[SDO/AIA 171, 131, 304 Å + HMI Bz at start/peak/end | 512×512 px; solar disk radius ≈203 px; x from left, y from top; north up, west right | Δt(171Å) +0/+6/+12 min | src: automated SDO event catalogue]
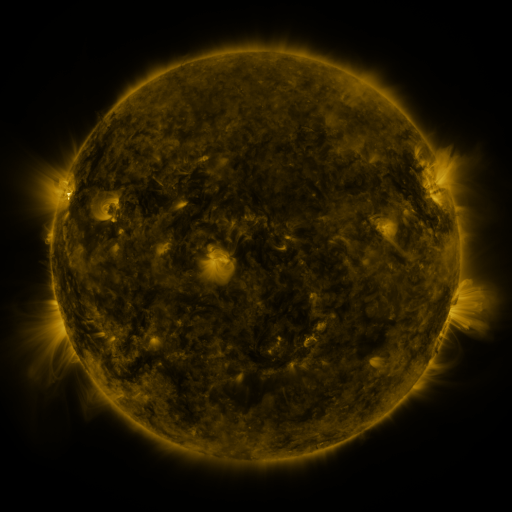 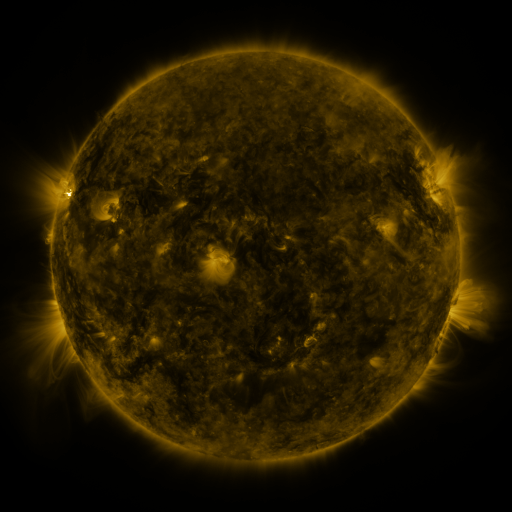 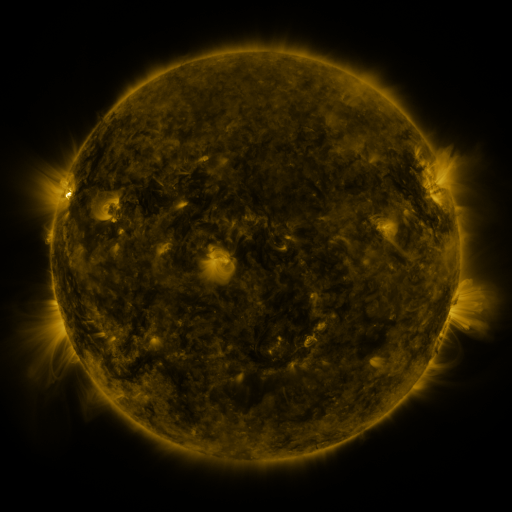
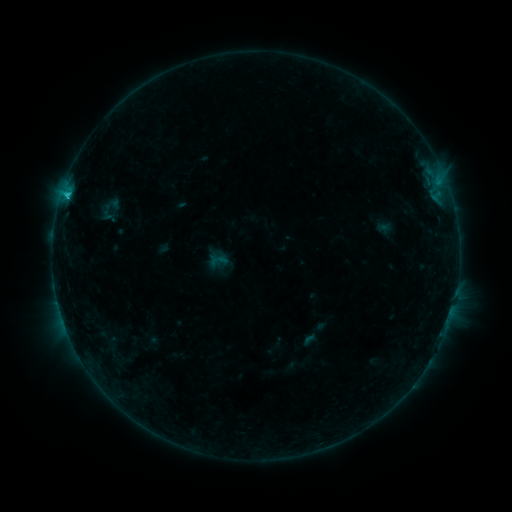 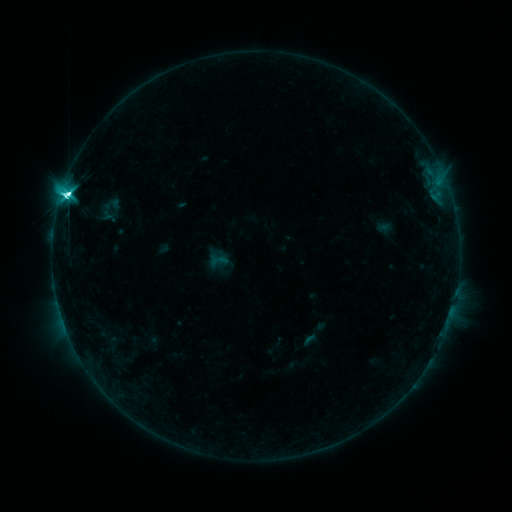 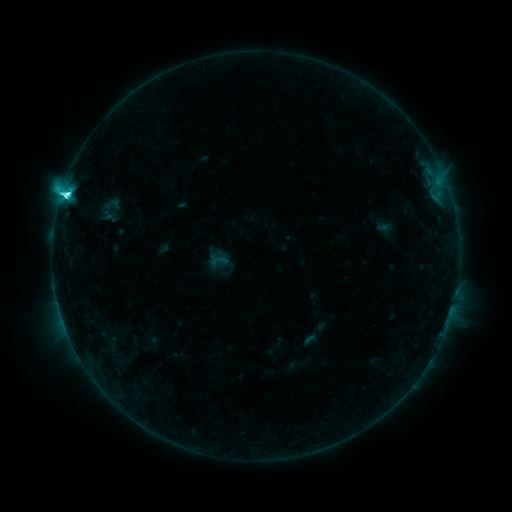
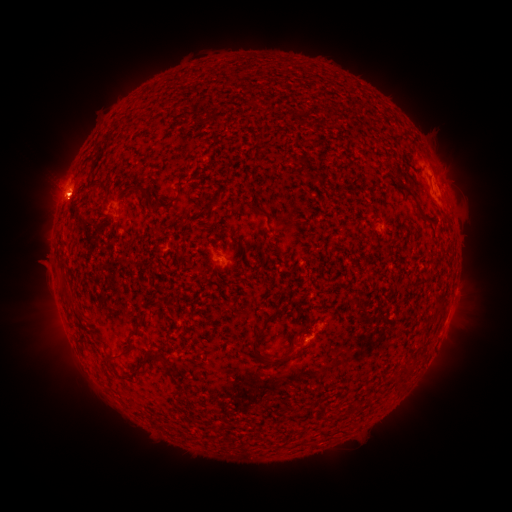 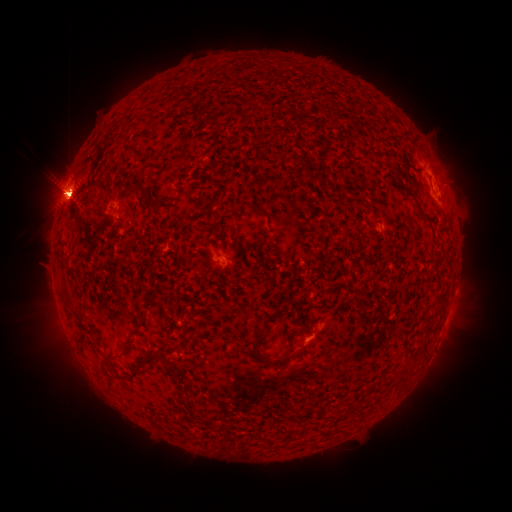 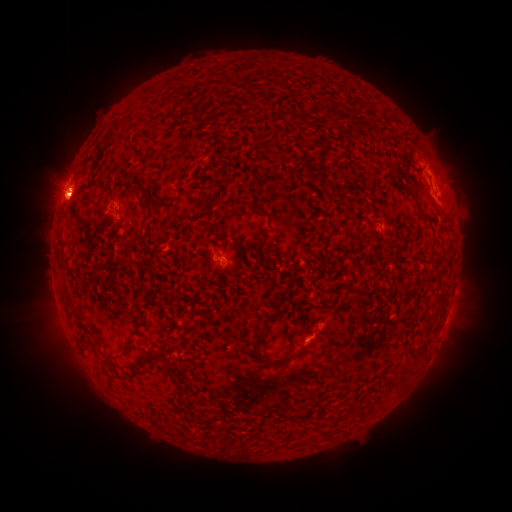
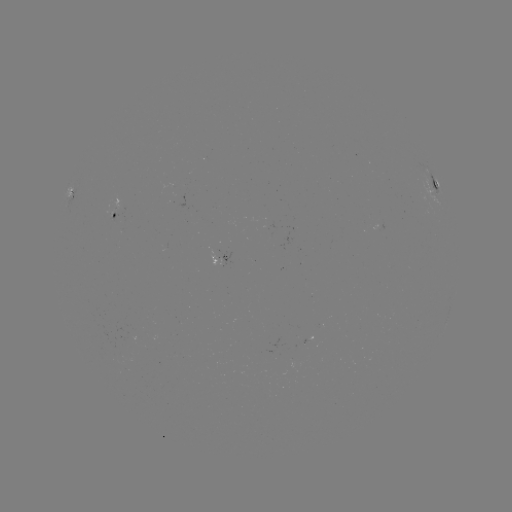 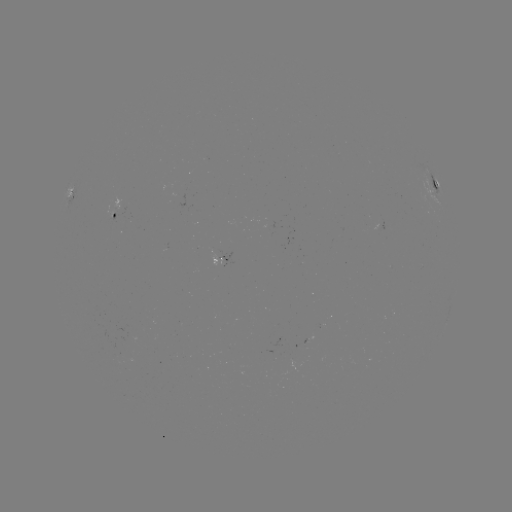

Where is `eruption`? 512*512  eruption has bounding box [413, 127, 482, 232].